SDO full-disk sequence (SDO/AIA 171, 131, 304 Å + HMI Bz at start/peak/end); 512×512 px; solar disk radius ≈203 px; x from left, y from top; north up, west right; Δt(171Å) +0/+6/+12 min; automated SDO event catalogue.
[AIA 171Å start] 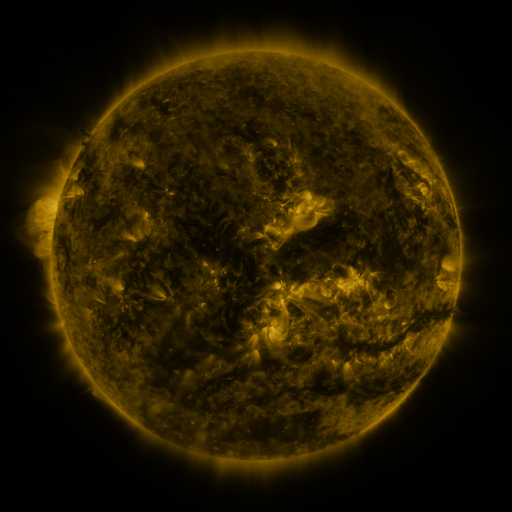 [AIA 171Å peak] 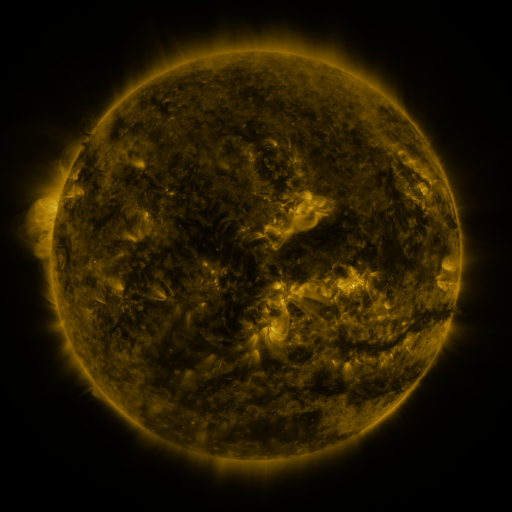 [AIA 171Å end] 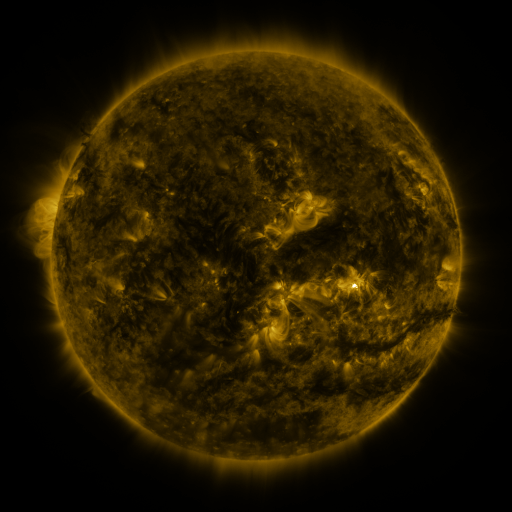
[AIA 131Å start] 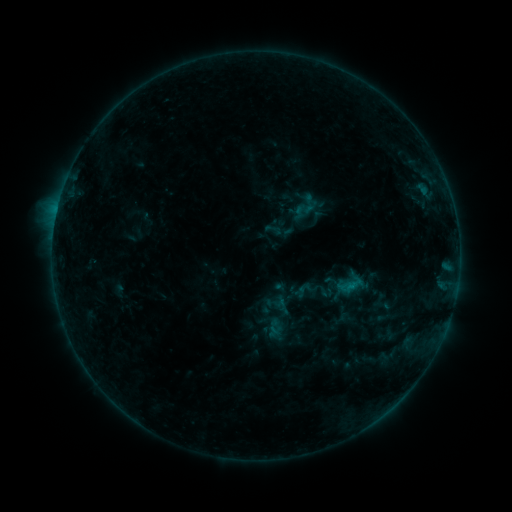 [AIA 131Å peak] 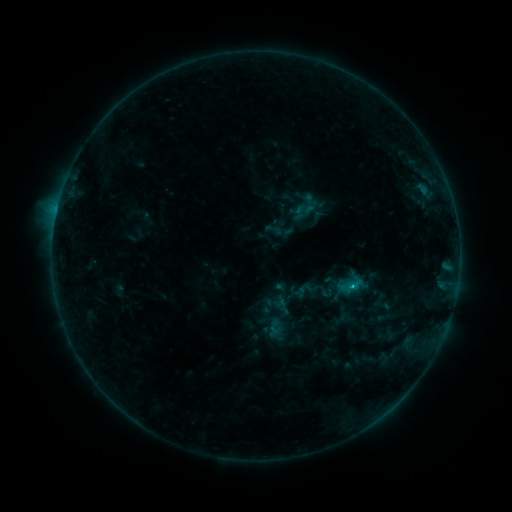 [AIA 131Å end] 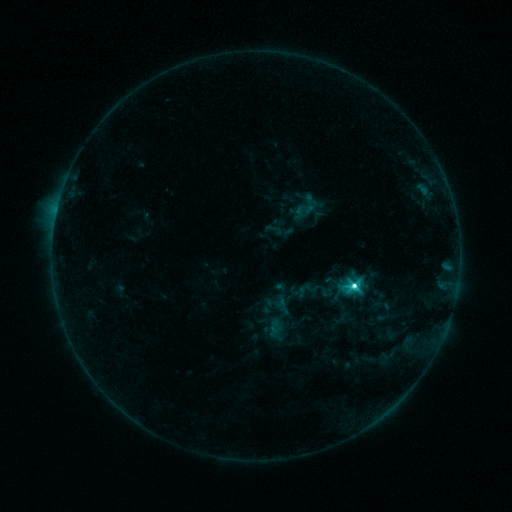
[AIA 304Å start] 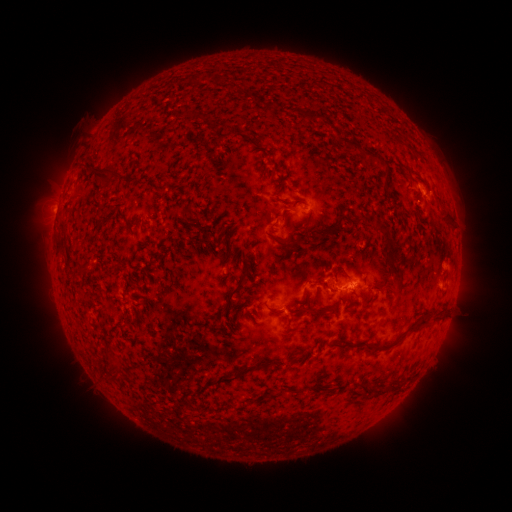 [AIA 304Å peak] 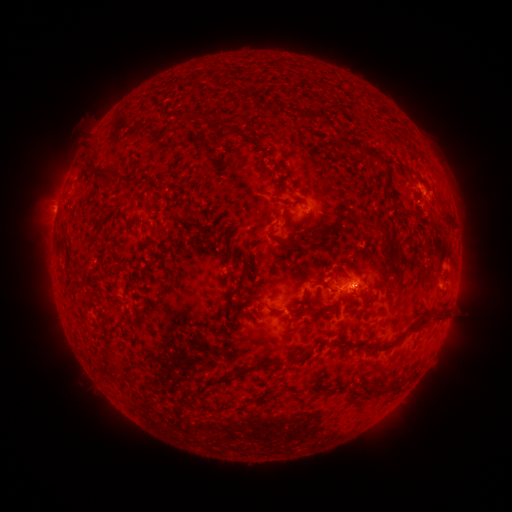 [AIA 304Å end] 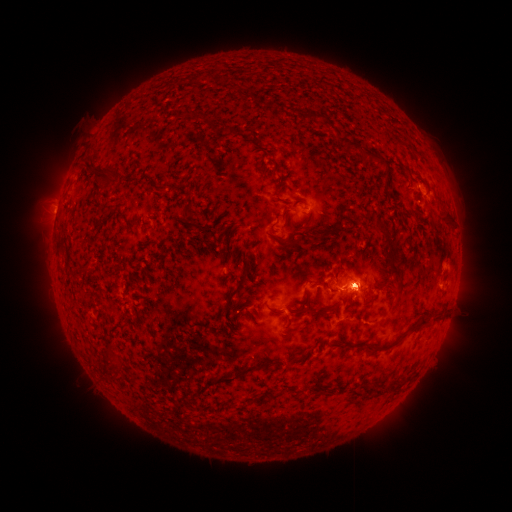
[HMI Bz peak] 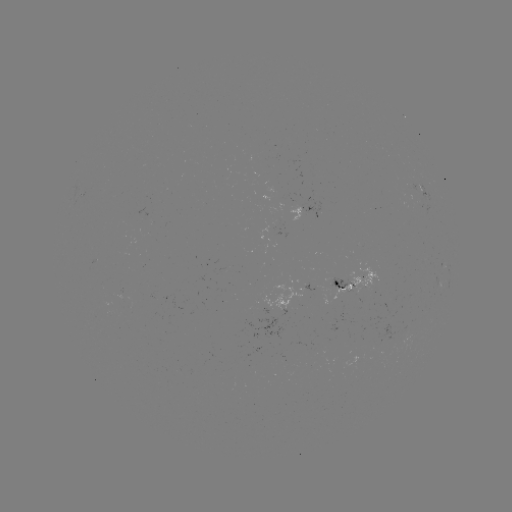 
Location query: C7.9 flare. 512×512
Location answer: [352, 283].